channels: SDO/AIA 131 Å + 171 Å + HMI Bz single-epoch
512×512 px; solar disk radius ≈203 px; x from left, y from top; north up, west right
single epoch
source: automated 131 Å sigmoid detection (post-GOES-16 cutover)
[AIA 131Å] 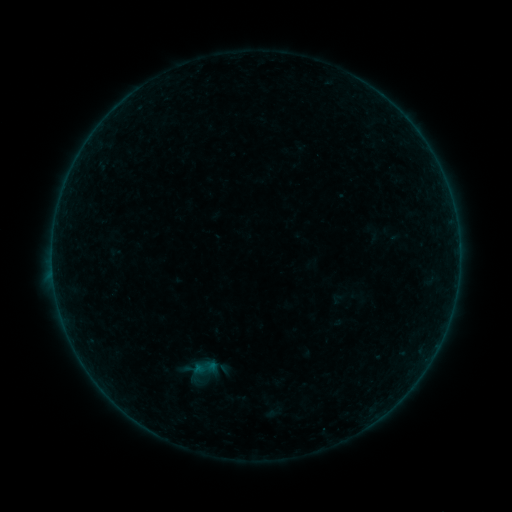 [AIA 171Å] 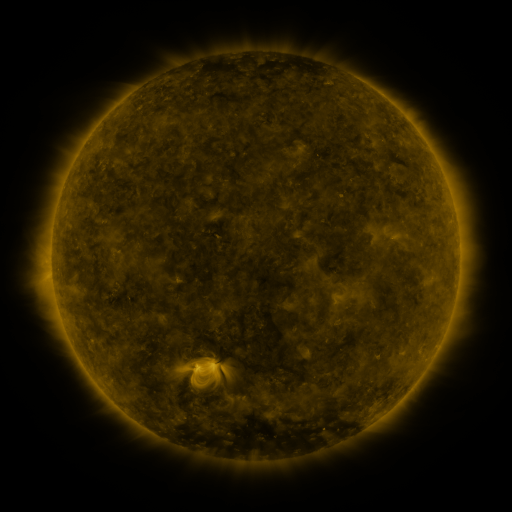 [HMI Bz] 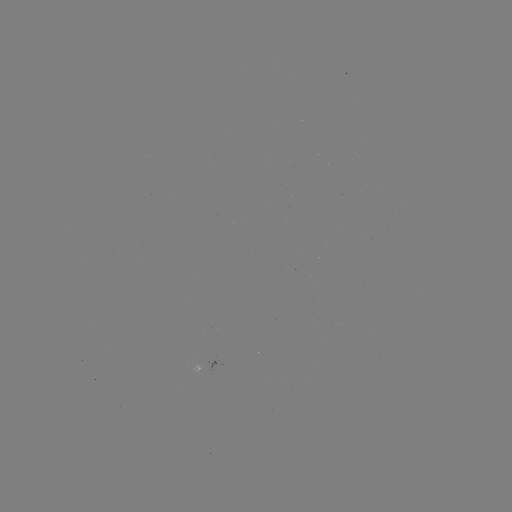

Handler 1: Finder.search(sigmoid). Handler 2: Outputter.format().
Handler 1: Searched sigmoid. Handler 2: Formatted [203, 368].